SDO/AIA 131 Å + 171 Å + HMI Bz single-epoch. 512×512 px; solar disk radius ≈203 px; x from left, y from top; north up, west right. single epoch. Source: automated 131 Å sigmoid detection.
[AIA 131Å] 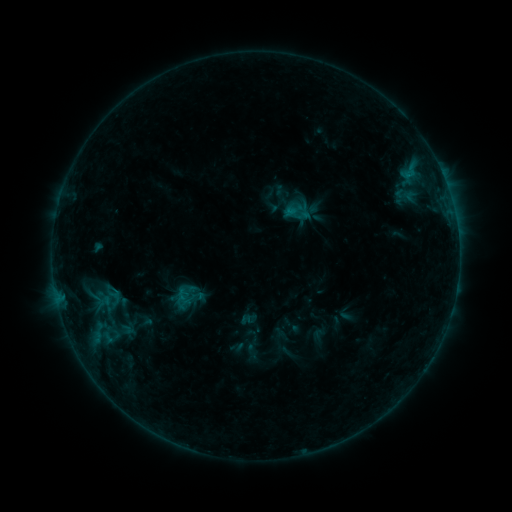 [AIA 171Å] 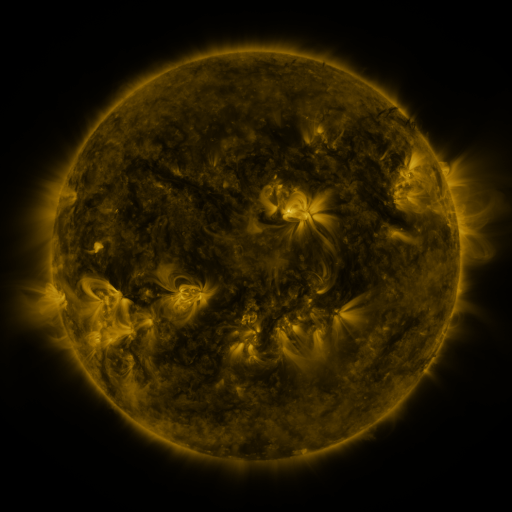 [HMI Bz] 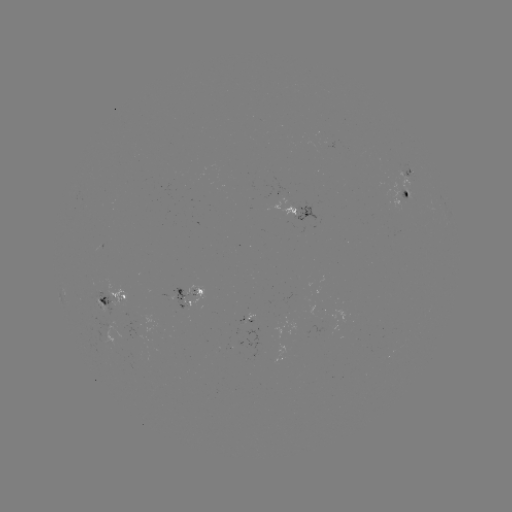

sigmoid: [96, 282, 130, 309]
